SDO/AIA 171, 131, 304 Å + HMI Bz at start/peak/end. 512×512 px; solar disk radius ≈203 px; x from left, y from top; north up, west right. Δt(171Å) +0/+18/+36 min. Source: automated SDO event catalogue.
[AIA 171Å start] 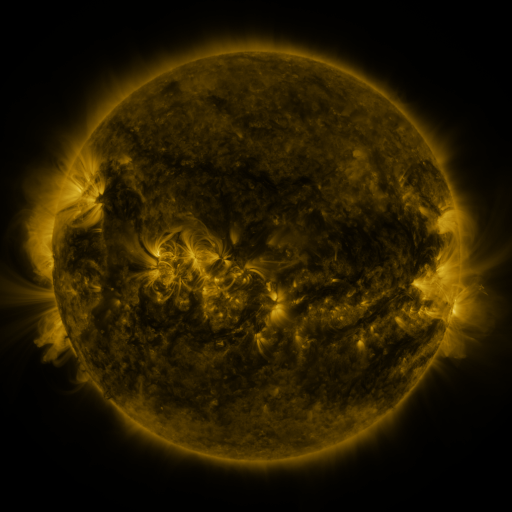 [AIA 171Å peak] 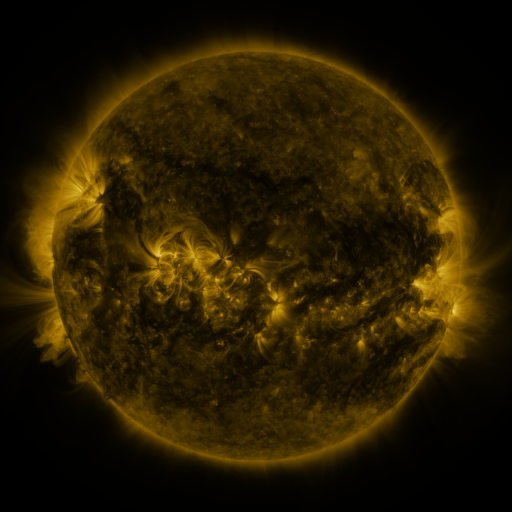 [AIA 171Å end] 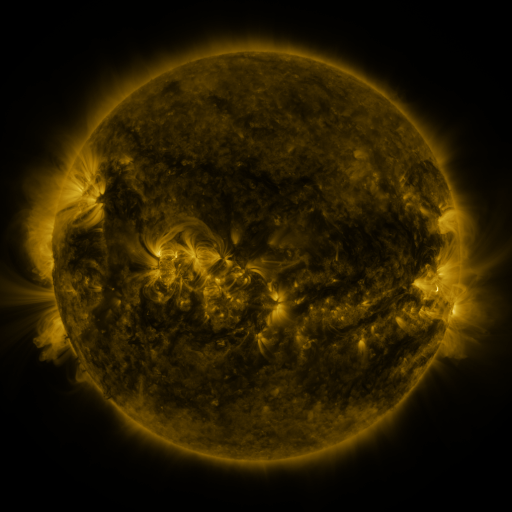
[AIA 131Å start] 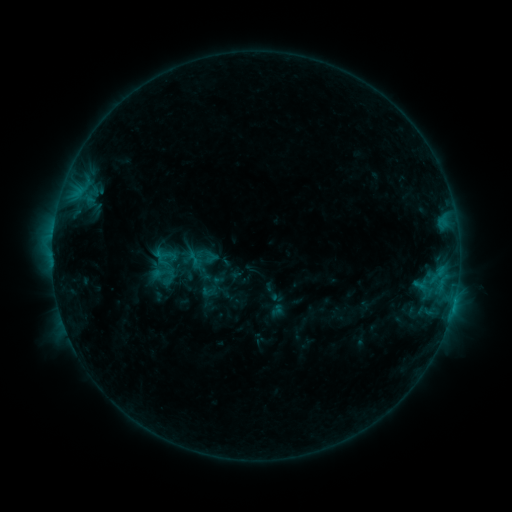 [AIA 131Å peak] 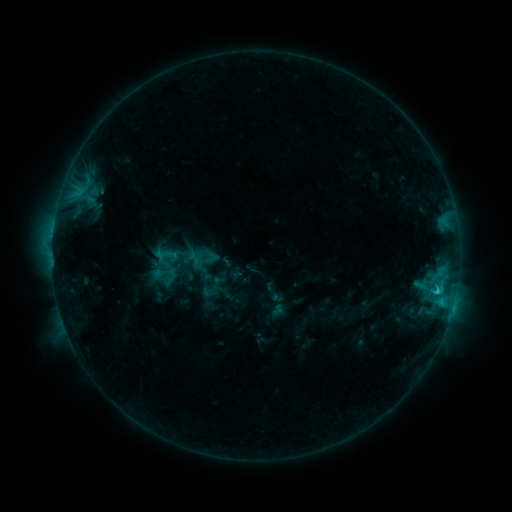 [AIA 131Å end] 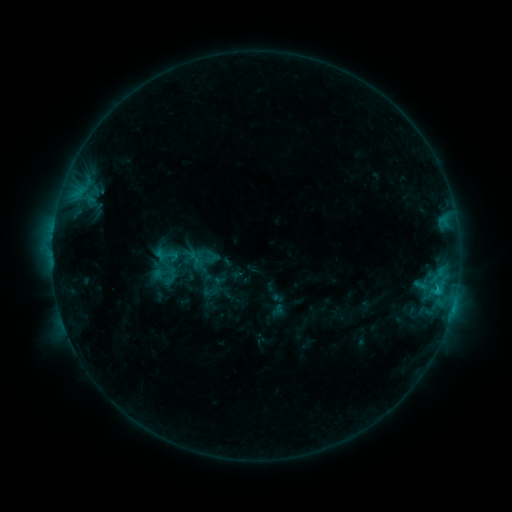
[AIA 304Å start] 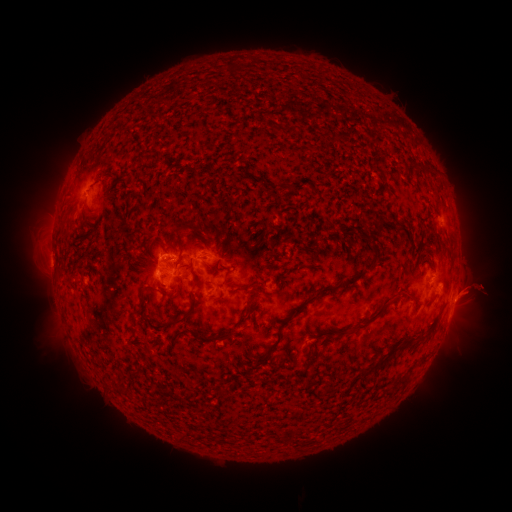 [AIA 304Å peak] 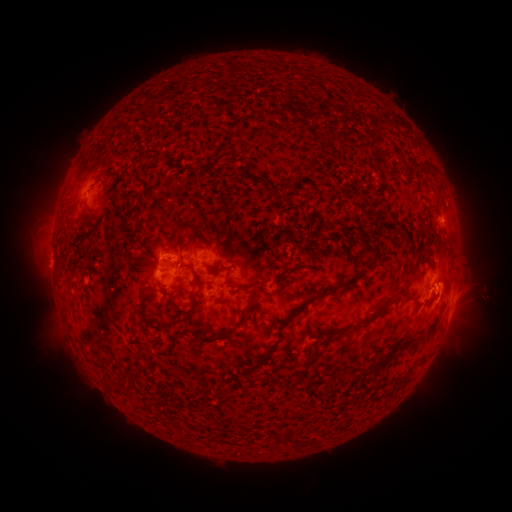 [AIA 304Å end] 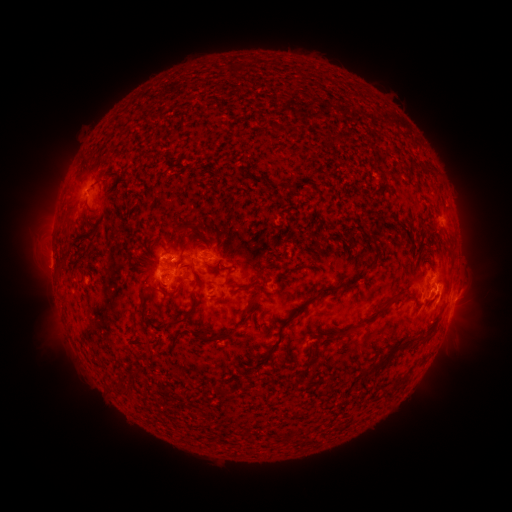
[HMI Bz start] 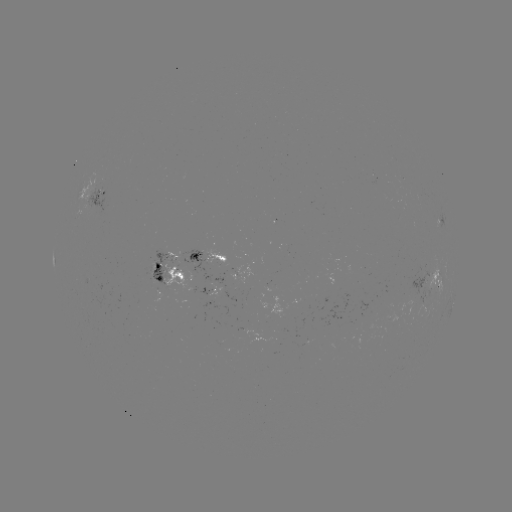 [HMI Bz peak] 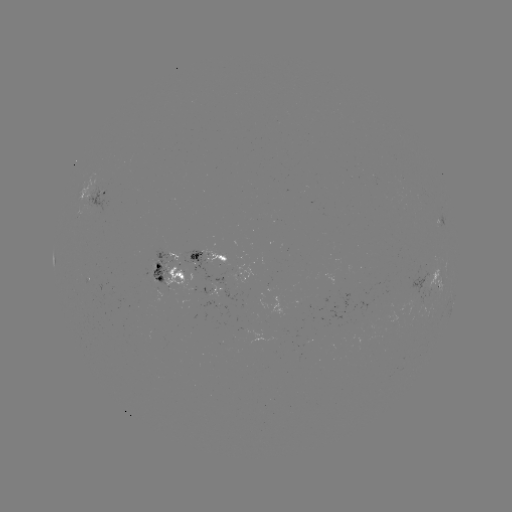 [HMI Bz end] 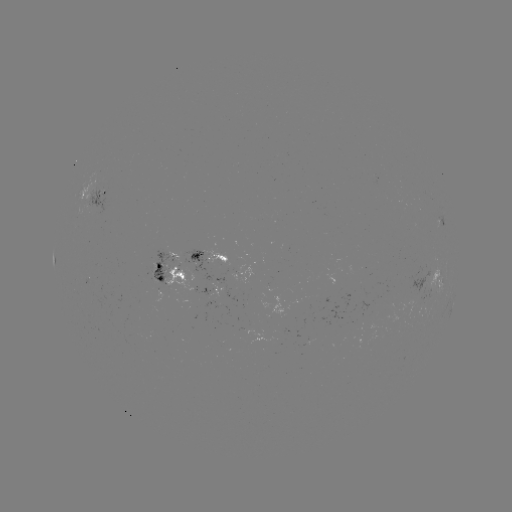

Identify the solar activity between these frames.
C1.9 flare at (435, 291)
